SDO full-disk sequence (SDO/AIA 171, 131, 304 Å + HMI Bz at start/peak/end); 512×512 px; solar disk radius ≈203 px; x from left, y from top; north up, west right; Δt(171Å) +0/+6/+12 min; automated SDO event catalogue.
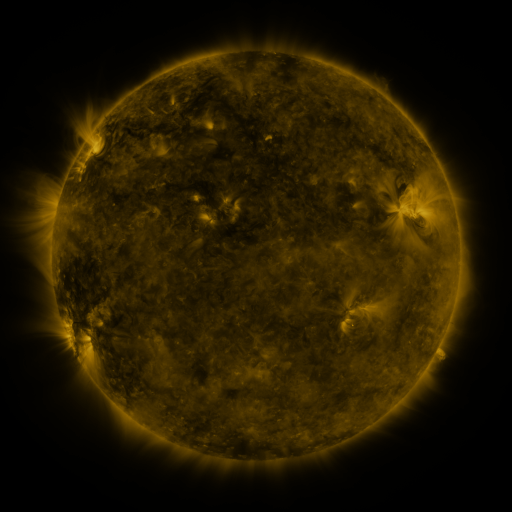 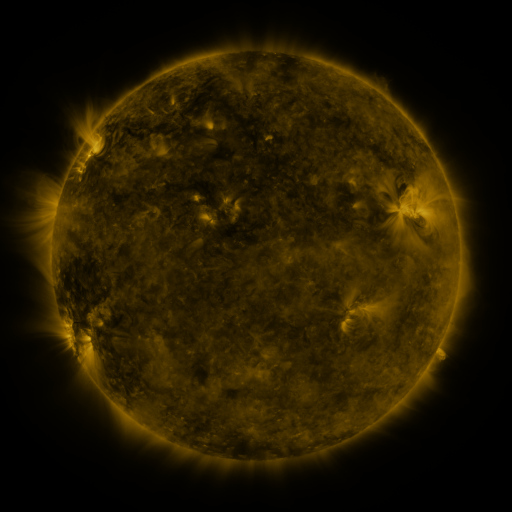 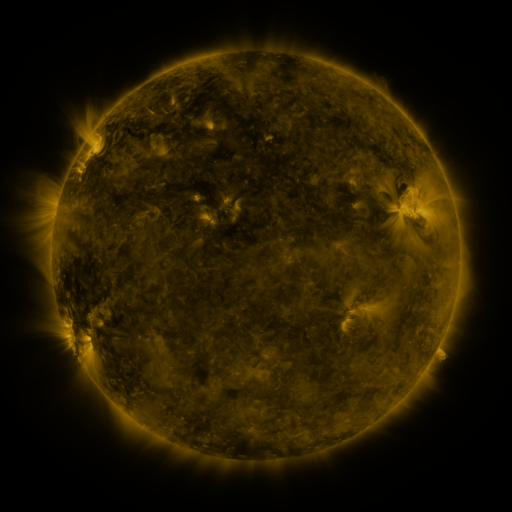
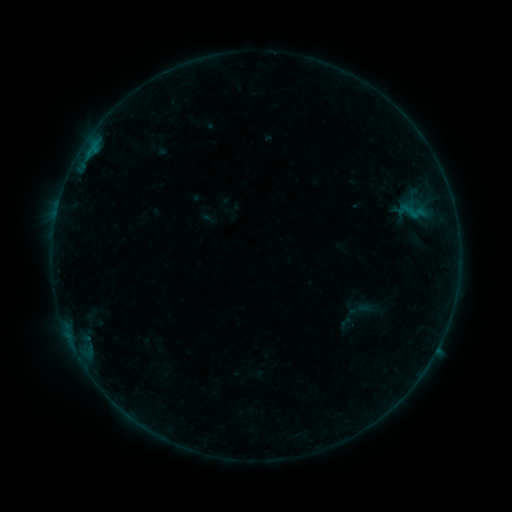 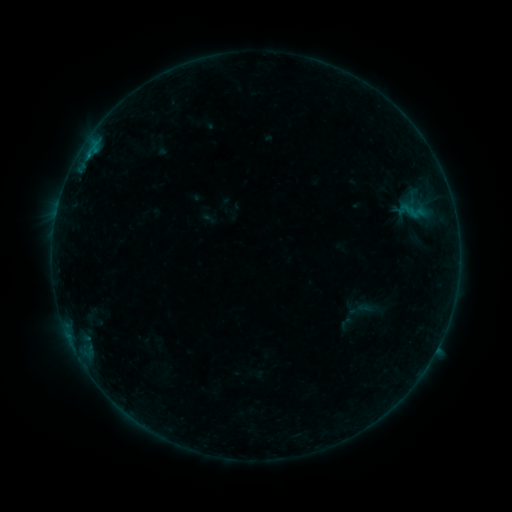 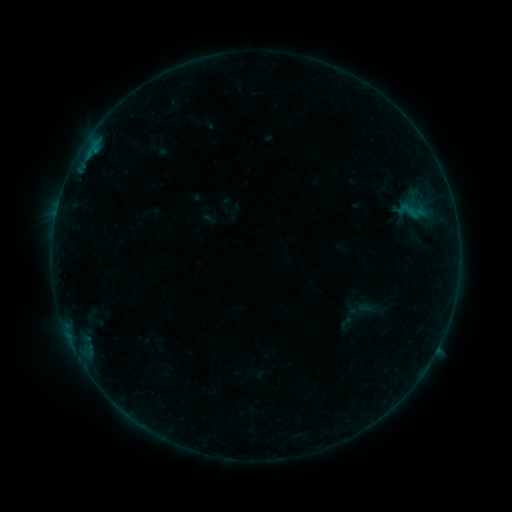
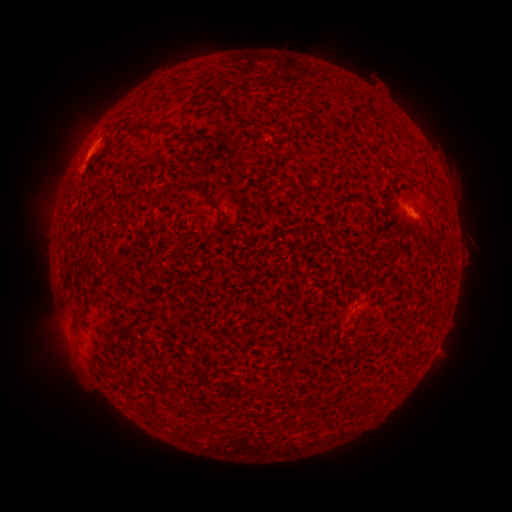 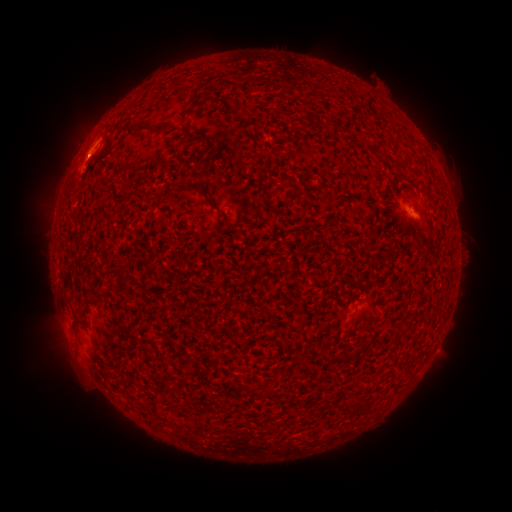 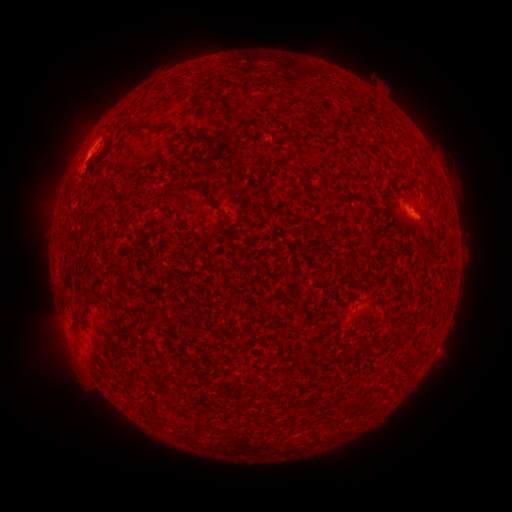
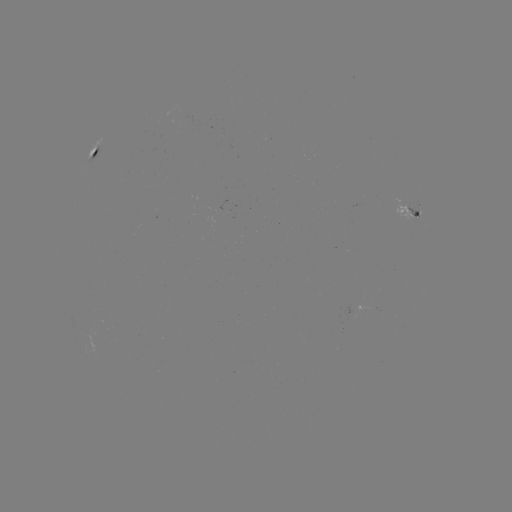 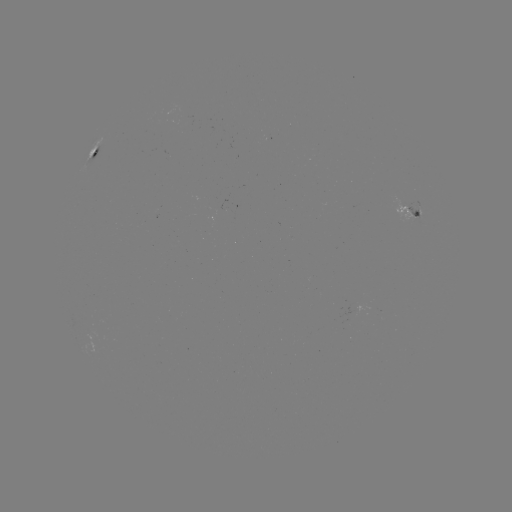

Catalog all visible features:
B2.6 flare: (415, 218)
